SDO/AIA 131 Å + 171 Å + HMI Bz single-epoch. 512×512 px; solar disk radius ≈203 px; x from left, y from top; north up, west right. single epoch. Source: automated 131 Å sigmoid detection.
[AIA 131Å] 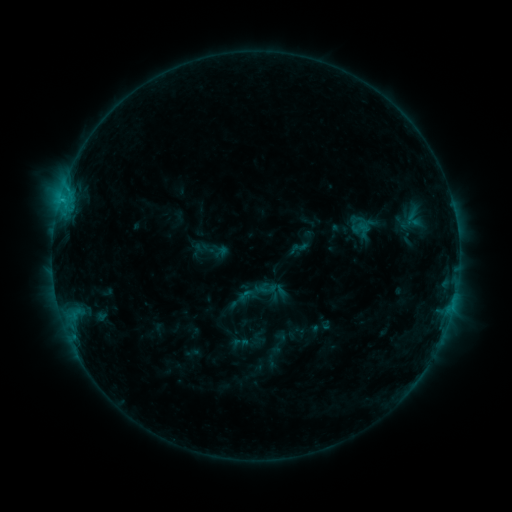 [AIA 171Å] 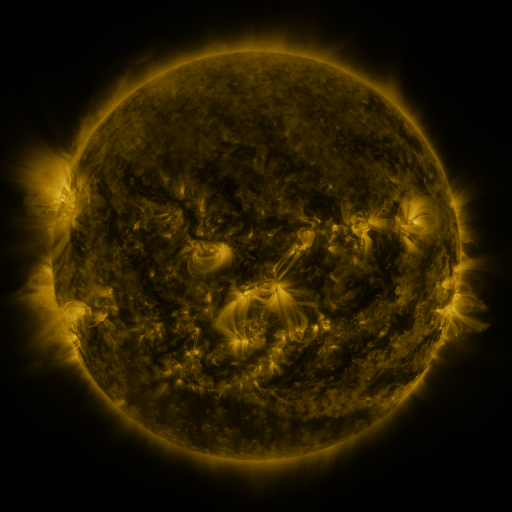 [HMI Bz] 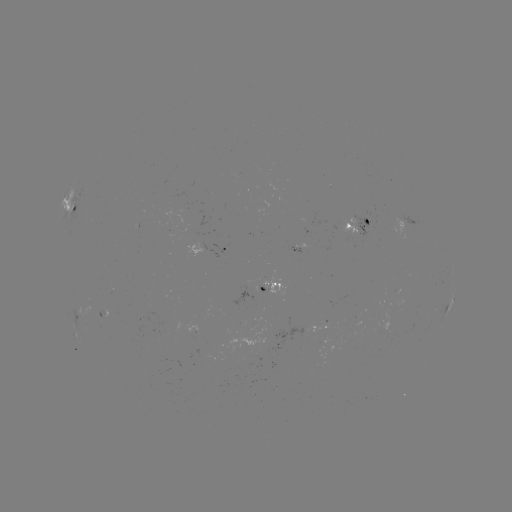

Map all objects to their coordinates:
sigmoid: (287, 238, 309, 259)
